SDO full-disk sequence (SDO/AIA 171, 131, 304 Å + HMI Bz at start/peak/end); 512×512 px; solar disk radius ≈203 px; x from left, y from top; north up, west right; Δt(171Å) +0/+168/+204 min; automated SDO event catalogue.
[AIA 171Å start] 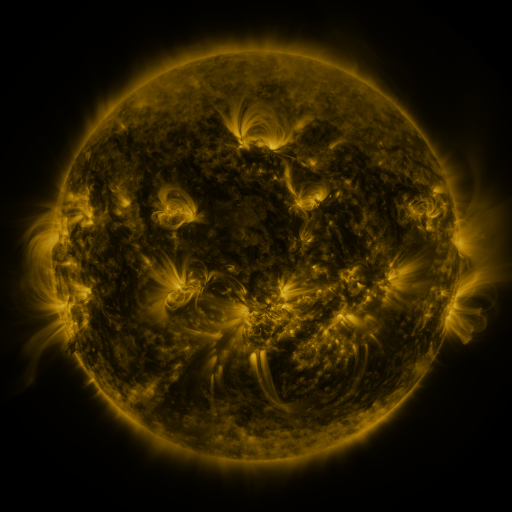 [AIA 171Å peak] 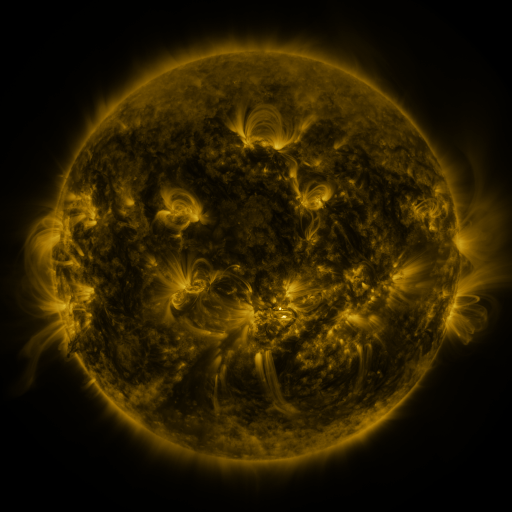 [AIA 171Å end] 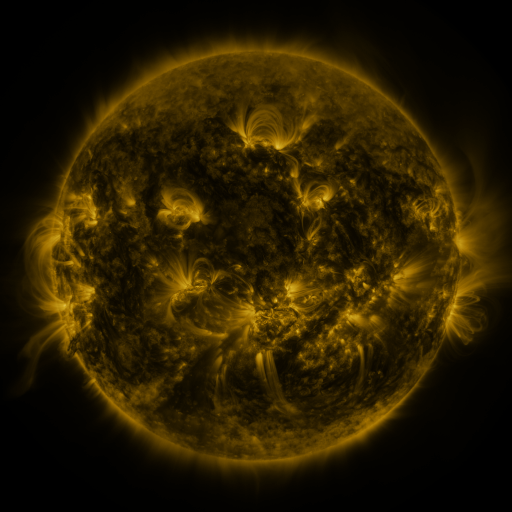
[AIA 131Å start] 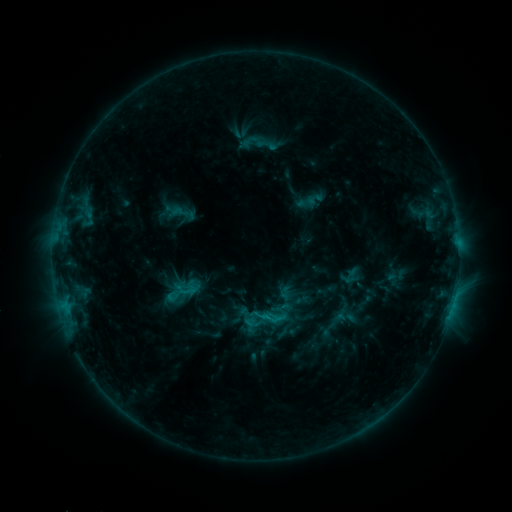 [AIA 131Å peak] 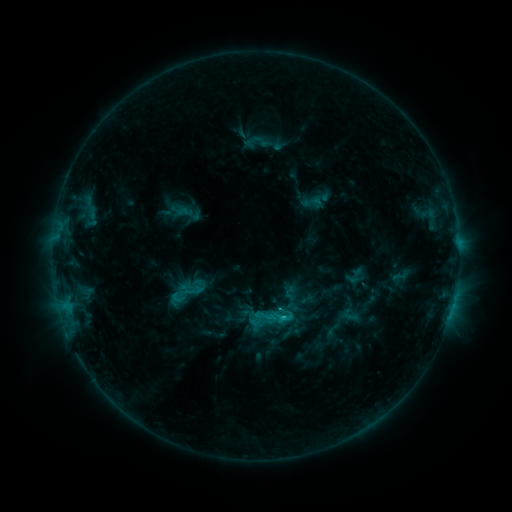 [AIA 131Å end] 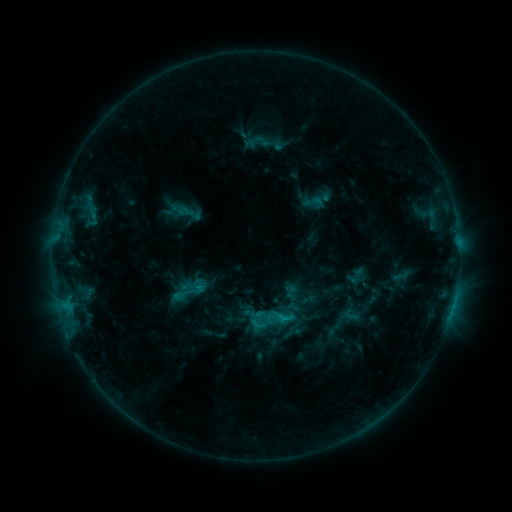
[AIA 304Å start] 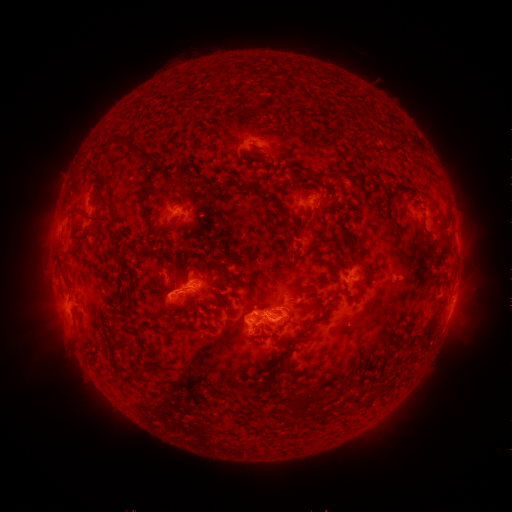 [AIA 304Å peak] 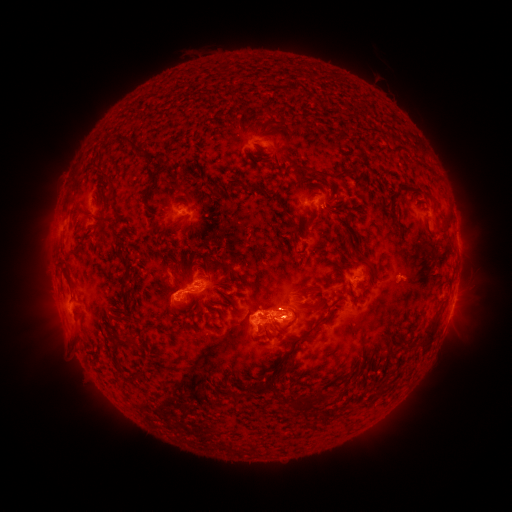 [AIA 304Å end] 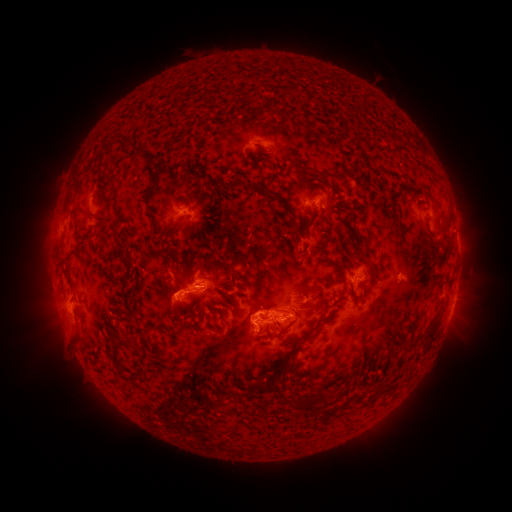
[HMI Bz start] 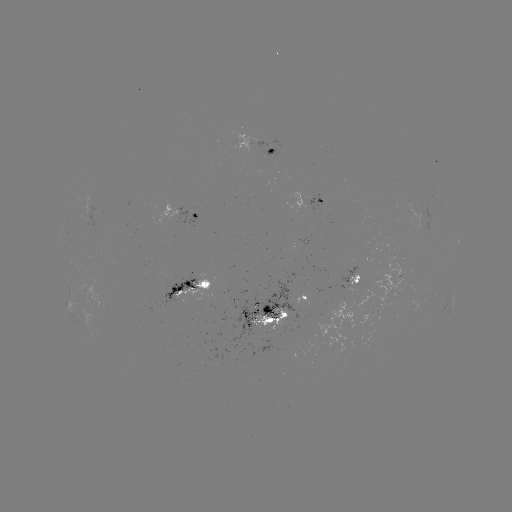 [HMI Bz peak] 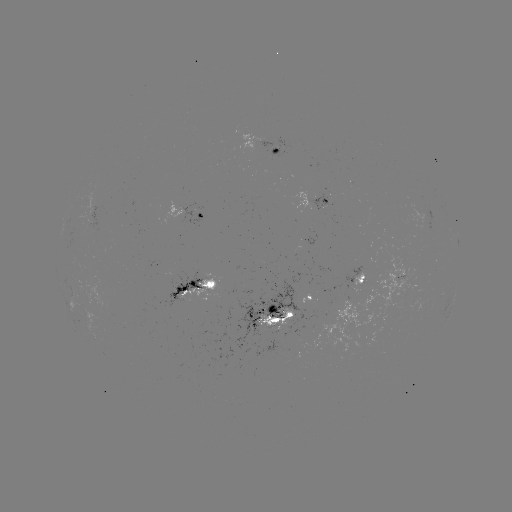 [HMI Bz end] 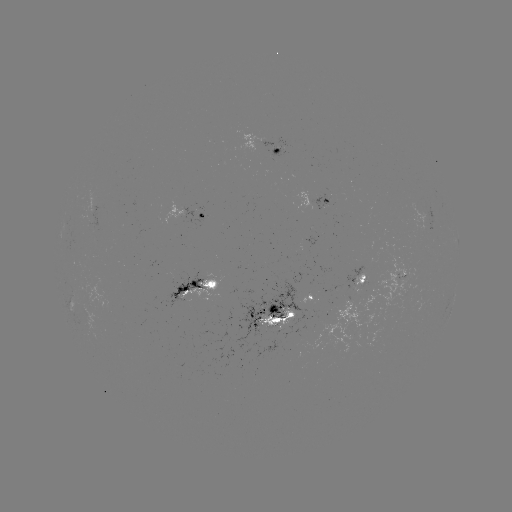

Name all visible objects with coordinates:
emerging-flux region: (321, 205)
